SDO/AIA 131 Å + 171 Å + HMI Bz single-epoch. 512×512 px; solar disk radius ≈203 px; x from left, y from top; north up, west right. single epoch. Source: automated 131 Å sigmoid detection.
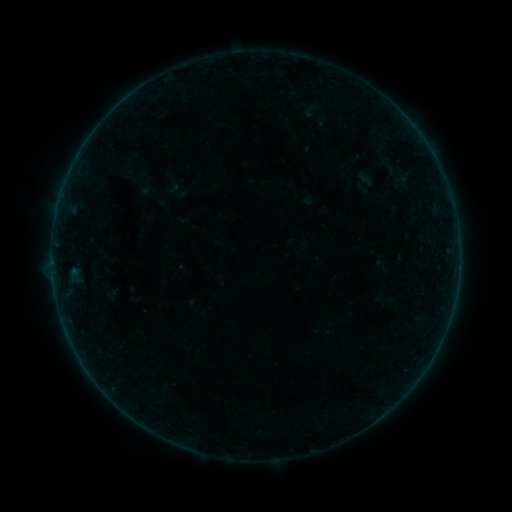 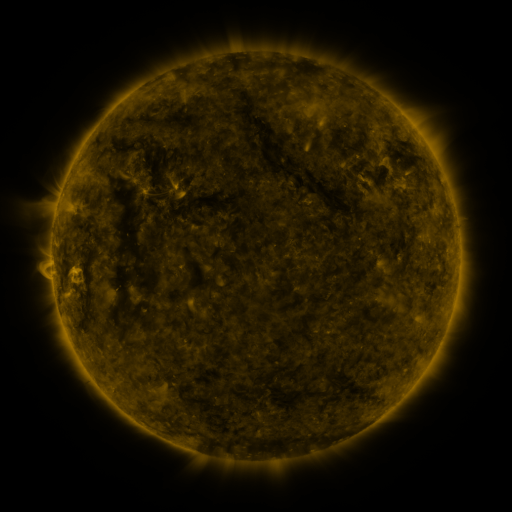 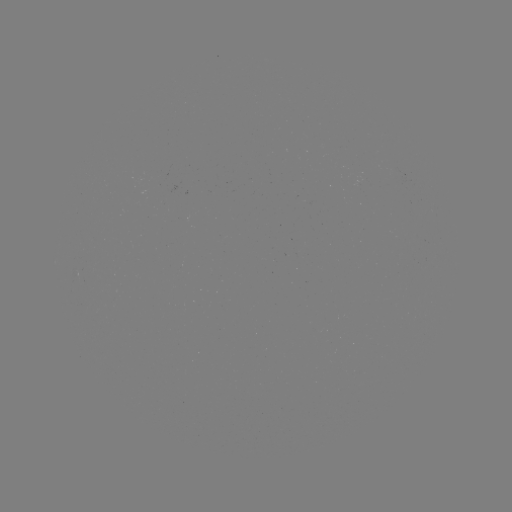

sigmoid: (369, 150, 410, 183)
